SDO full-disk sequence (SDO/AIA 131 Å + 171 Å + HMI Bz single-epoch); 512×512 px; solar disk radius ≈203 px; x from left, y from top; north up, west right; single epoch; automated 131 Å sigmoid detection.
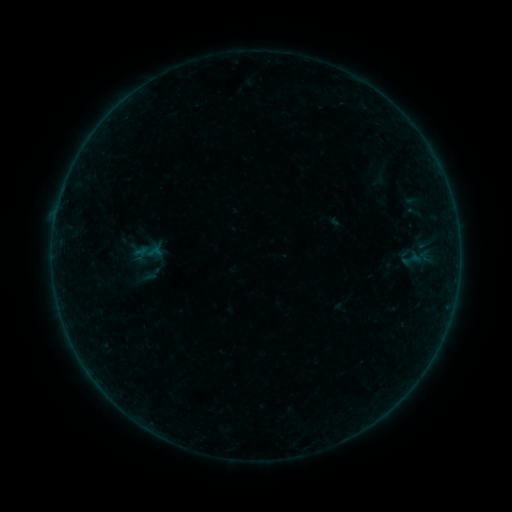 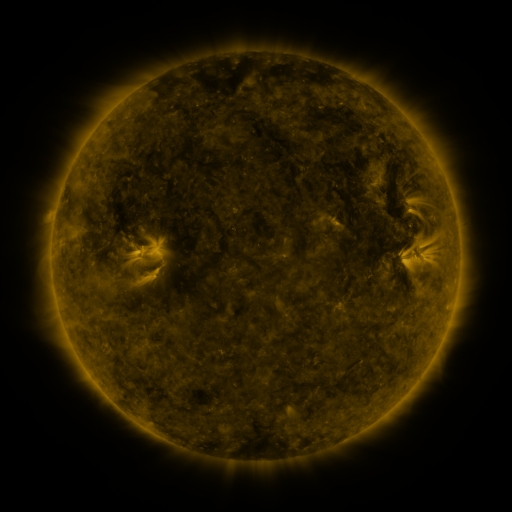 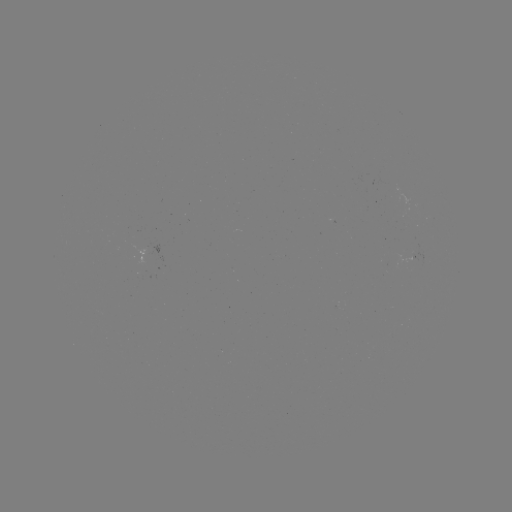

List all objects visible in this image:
sigmoid: (412, 260)
